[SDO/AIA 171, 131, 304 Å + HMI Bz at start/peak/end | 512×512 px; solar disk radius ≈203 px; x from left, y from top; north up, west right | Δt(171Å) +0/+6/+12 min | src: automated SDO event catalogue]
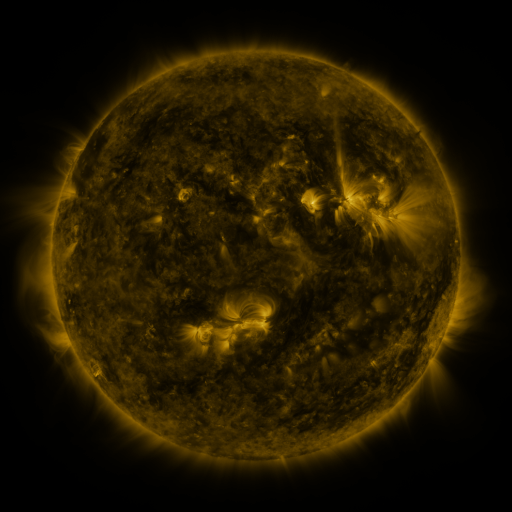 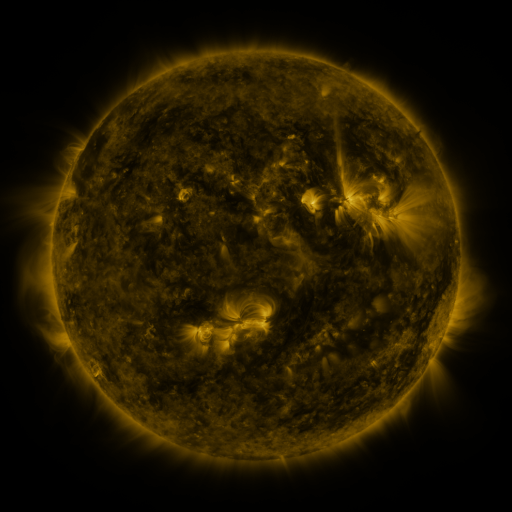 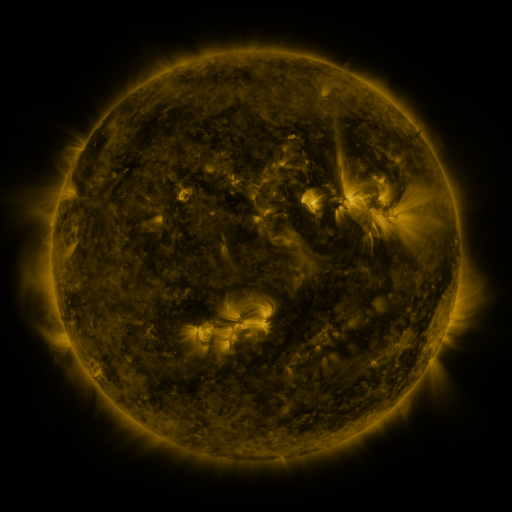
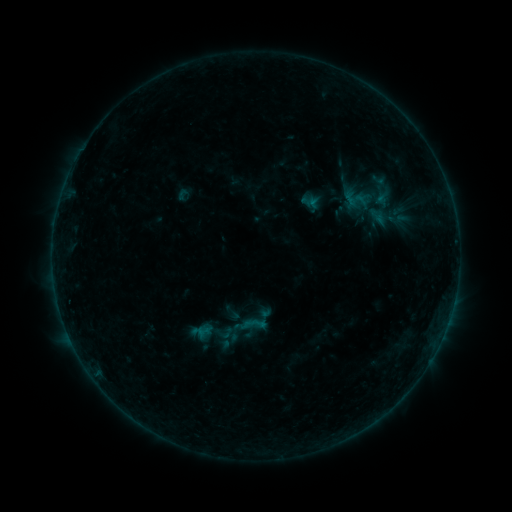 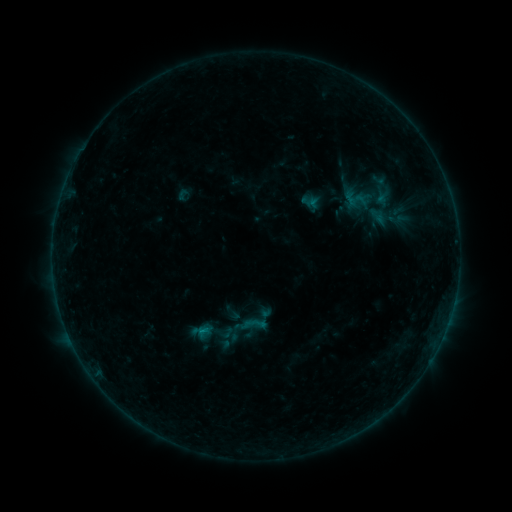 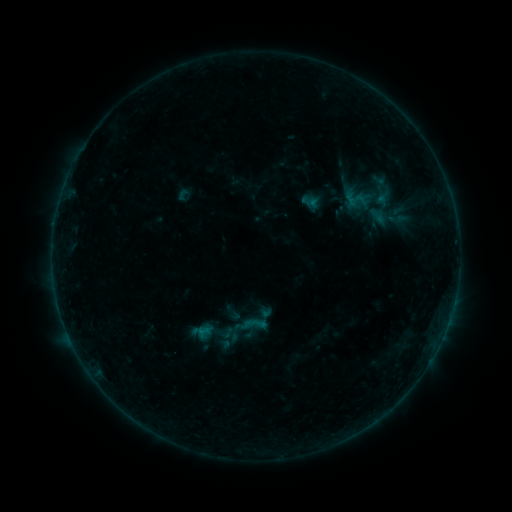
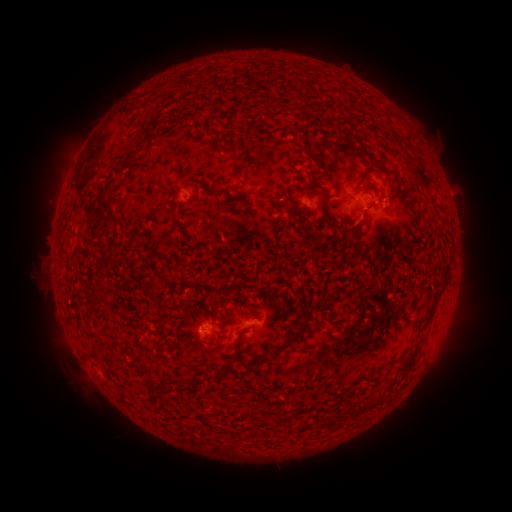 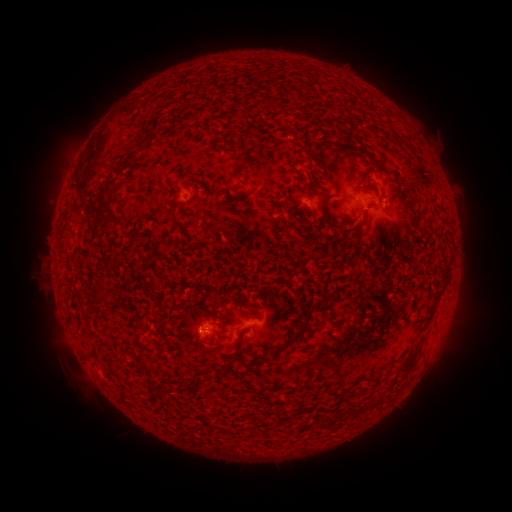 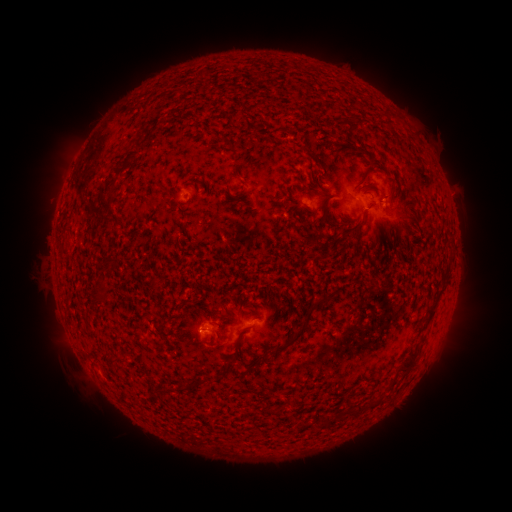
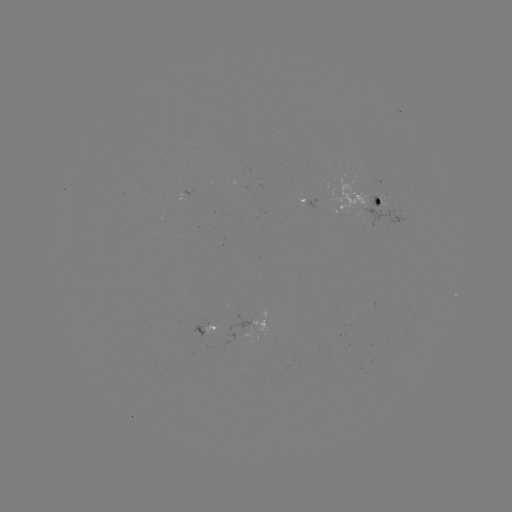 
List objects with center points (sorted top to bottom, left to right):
B2.8 flare: (203, 331)
